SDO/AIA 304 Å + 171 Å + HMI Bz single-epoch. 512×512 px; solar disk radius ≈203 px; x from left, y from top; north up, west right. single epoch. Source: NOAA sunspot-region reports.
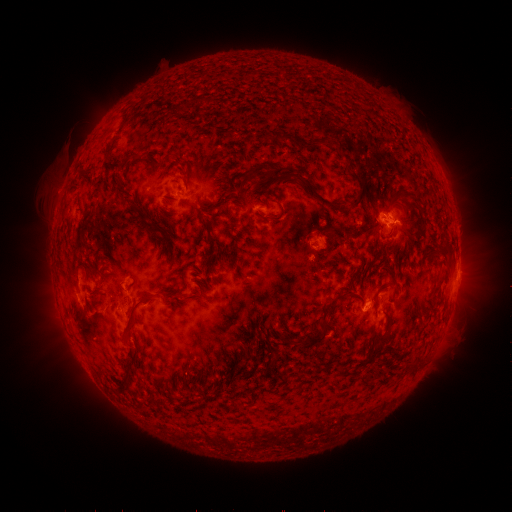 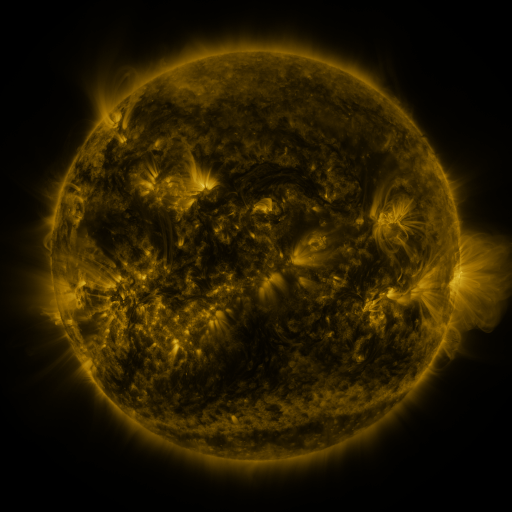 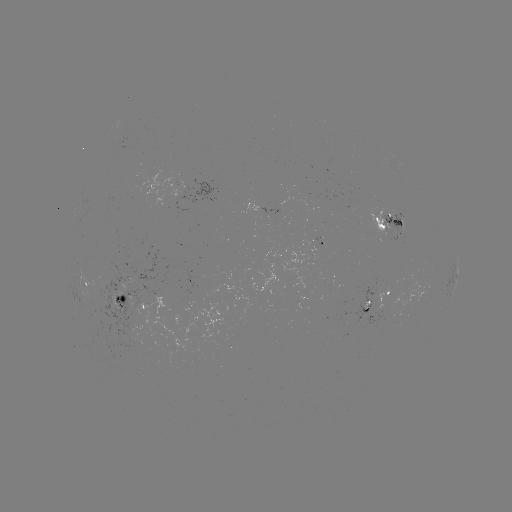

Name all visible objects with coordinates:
spotted active region: (172, 193)
spotted active region: (263, 209)
spotted active region: (391, 220)
spotted active region: (319, 242)
spotted active region: (457, 275)
spotted active region: (88, 286)
spotted active region: (392, 301)
spotted active region: (136, 307)
